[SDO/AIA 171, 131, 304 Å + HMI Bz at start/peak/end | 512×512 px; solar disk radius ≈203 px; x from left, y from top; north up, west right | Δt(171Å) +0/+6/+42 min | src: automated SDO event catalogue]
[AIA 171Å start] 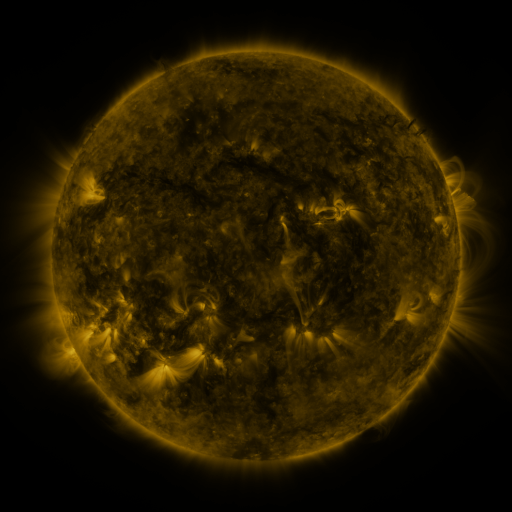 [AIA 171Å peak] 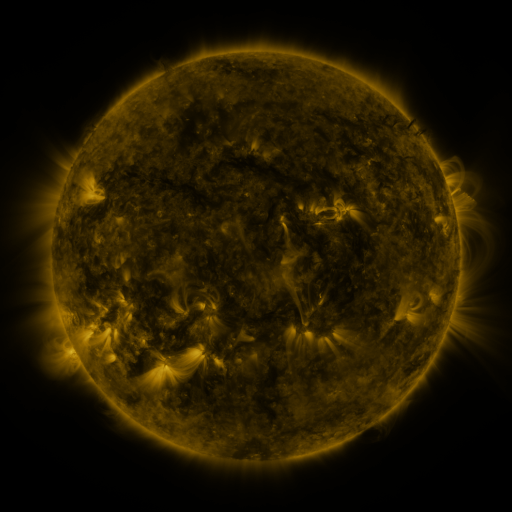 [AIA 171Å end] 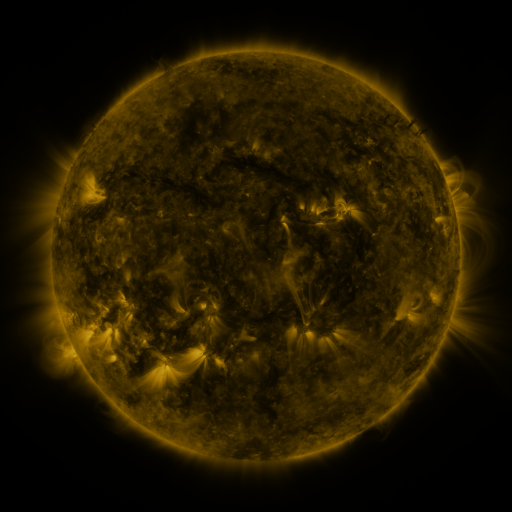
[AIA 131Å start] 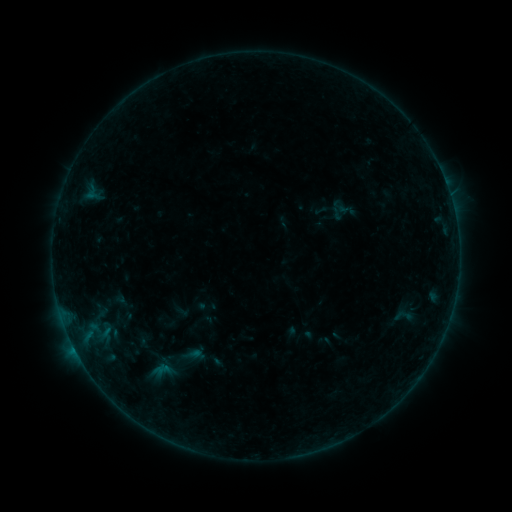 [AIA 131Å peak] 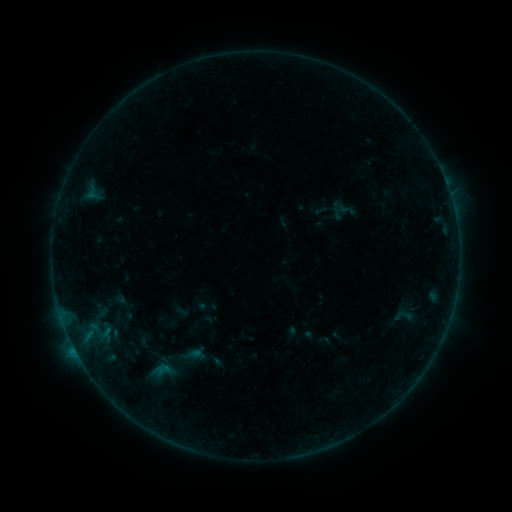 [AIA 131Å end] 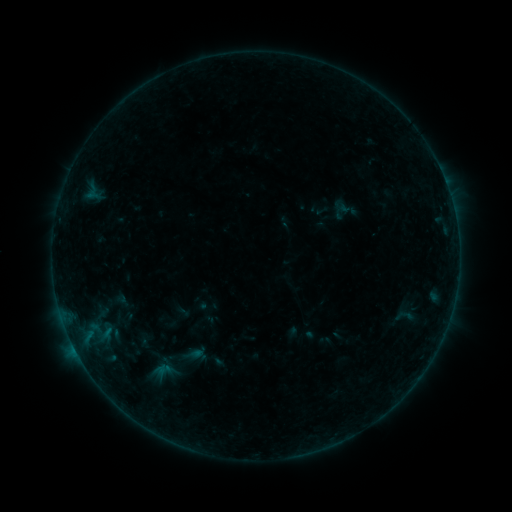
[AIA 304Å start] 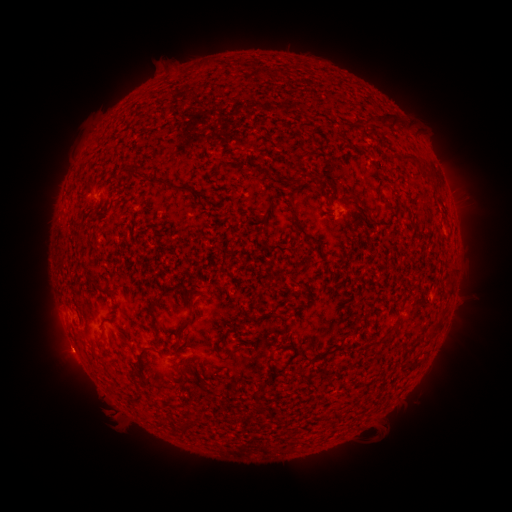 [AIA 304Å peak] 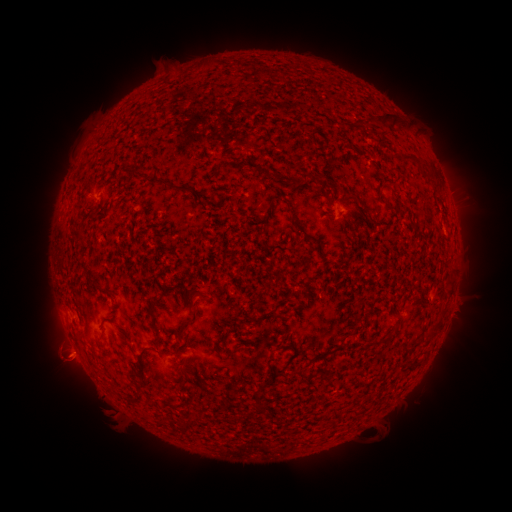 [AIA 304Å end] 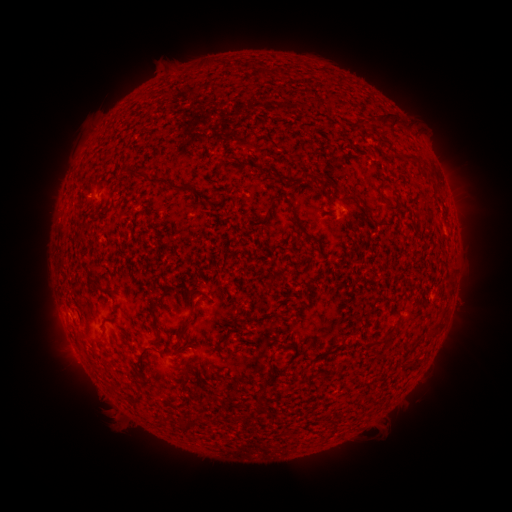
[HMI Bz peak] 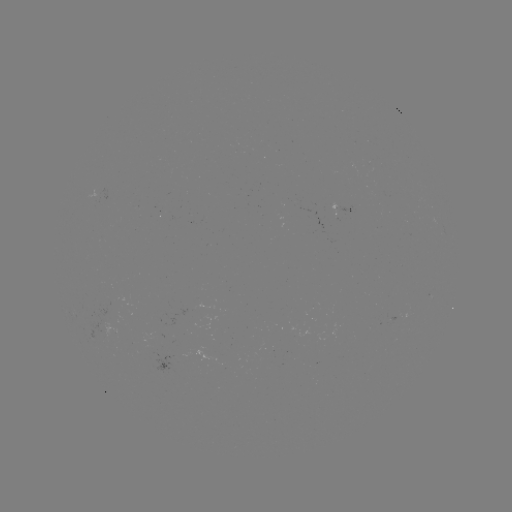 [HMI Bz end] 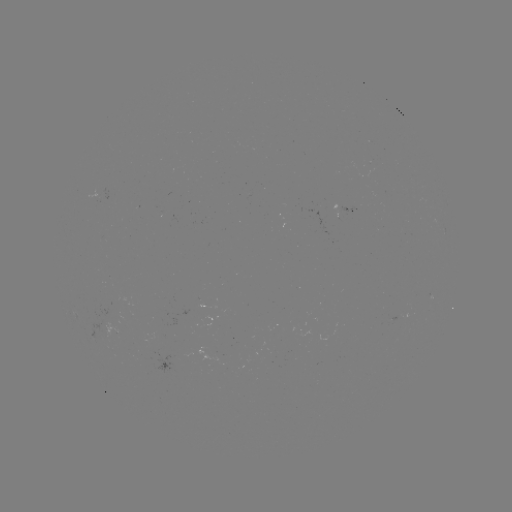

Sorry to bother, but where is B2.1 flare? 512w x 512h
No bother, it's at (75, 348).